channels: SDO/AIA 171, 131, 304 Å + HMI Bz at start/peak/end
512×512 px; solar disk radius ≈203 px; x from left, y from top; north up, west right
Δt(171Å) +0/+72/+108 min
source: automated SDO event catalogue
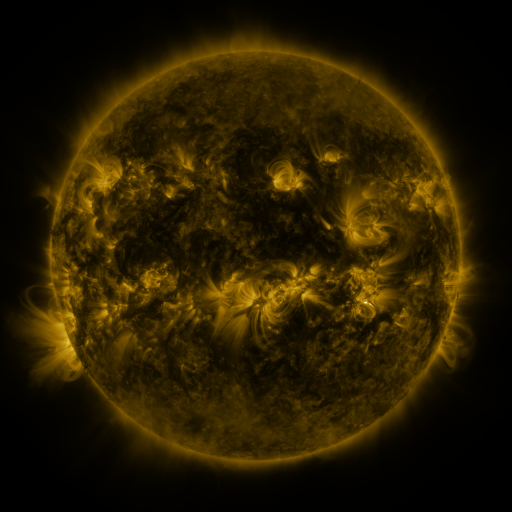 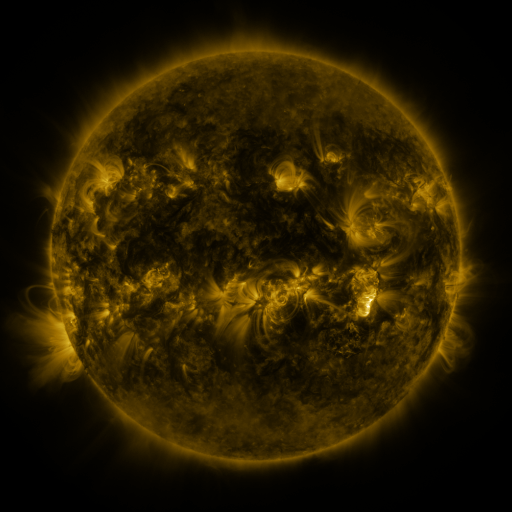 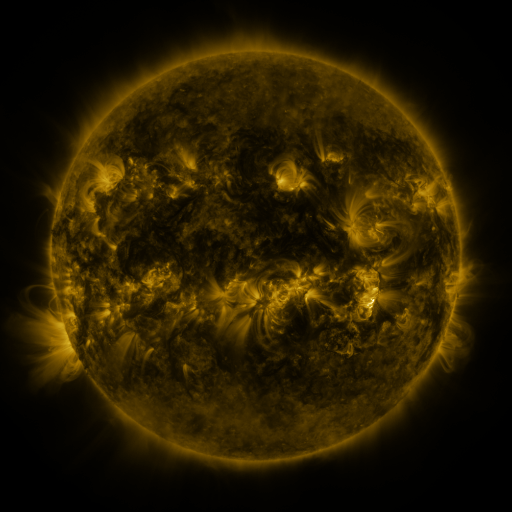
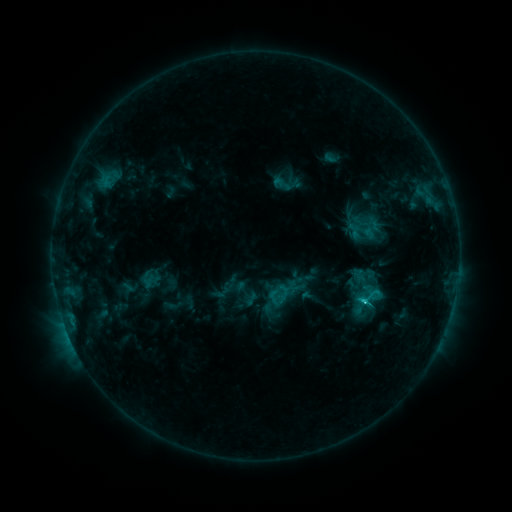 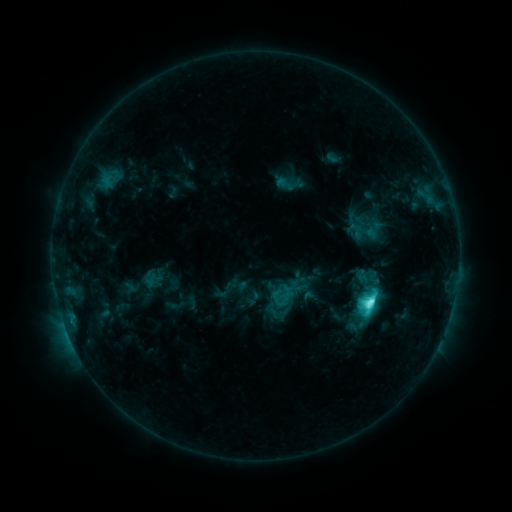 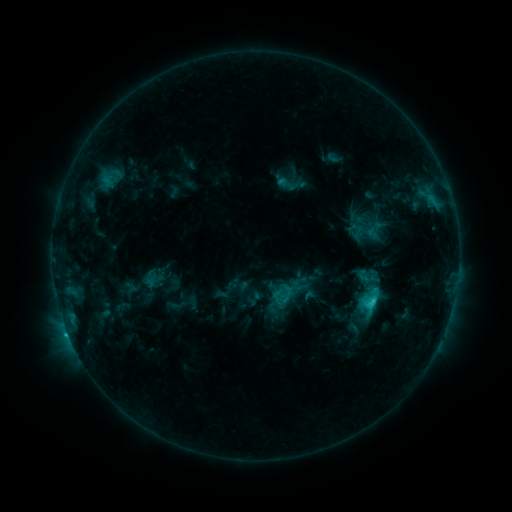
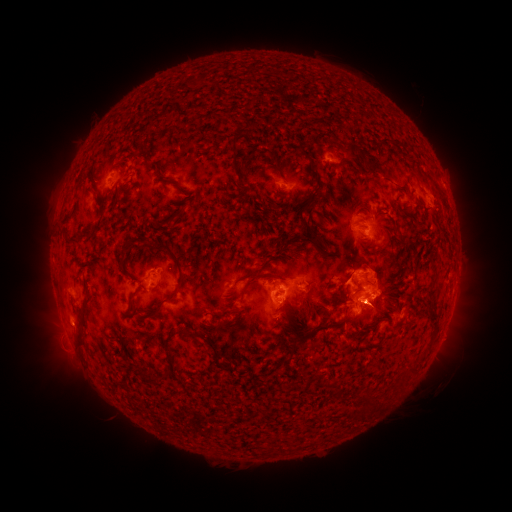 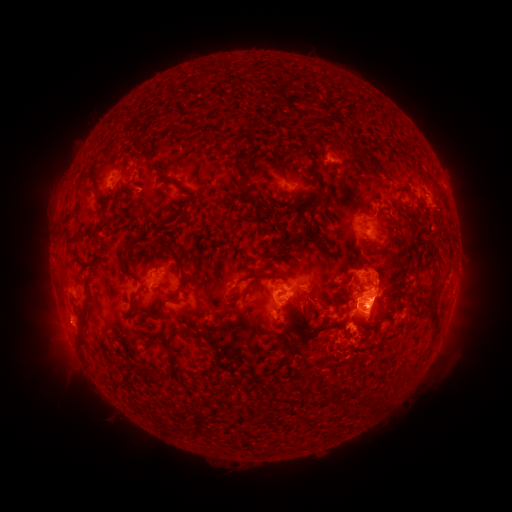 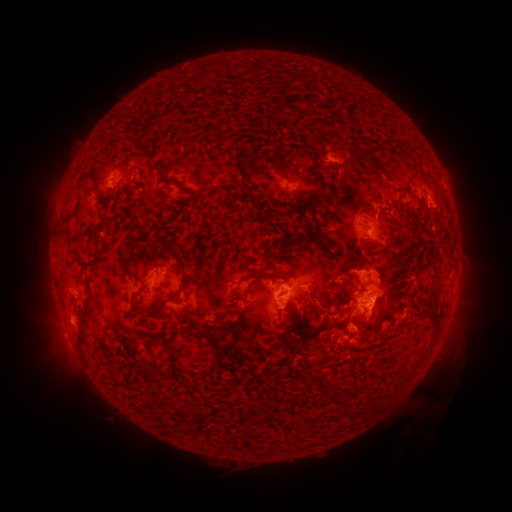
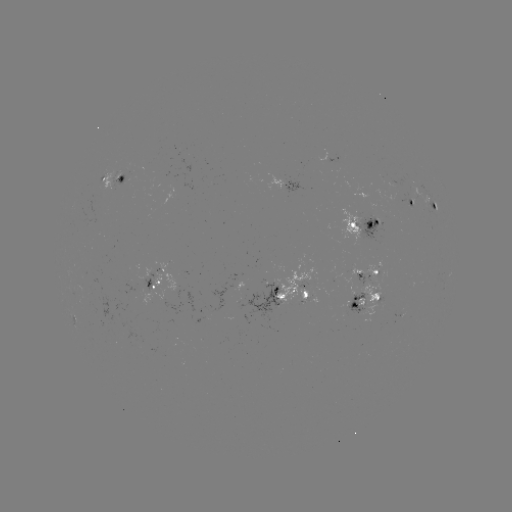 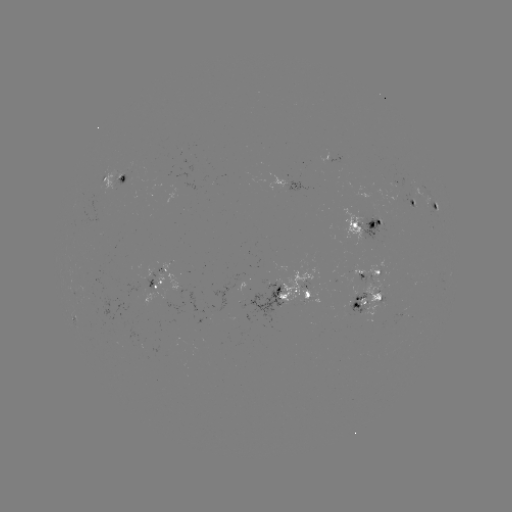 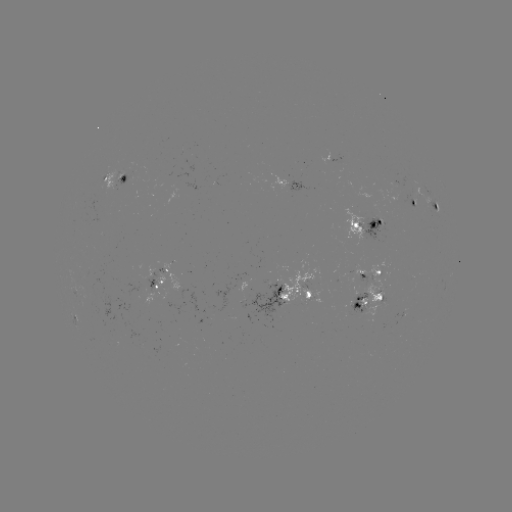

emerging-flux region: [306, 290, 320, 304]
